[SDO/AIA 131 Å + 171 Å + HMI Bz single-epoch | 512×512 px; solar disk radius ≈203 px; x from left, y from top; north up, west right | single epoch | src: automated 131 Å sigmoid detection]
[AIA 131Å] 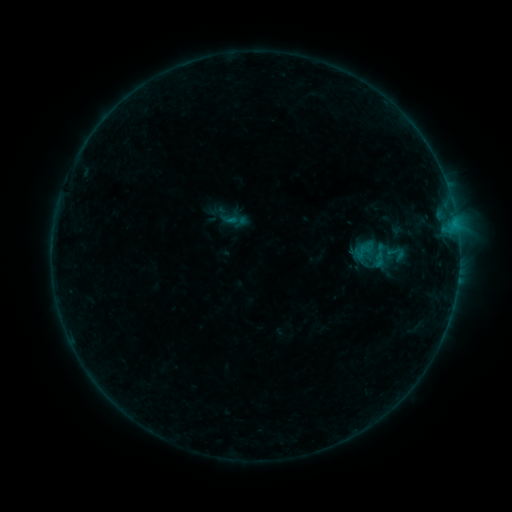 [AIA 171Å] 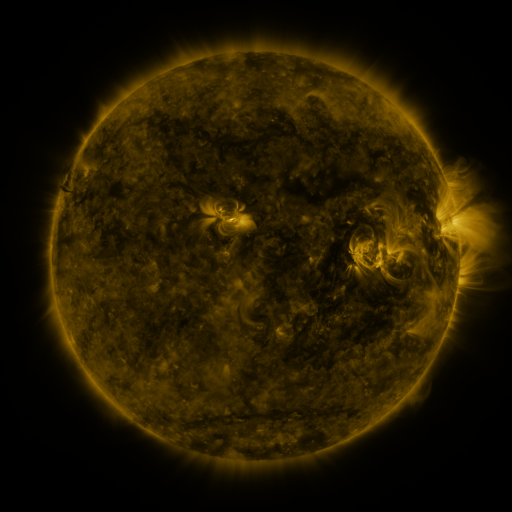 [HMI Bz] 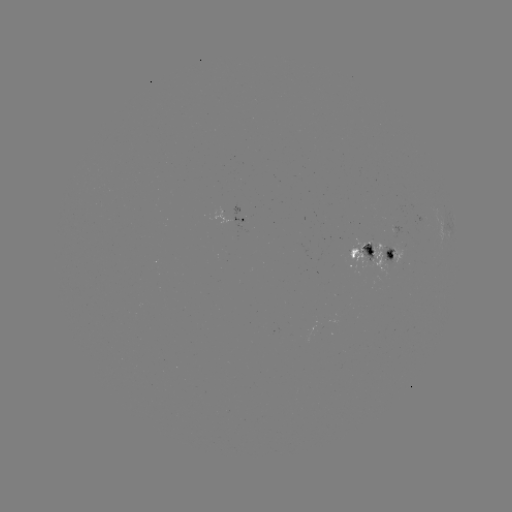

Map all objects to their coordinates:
sigmoid: <bbox>385, 243, 407, 263</bbox>
